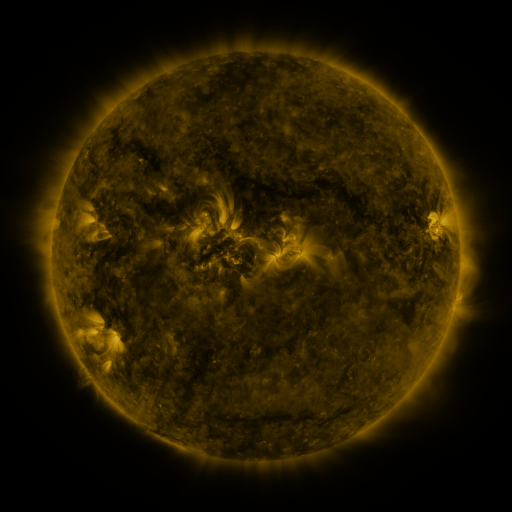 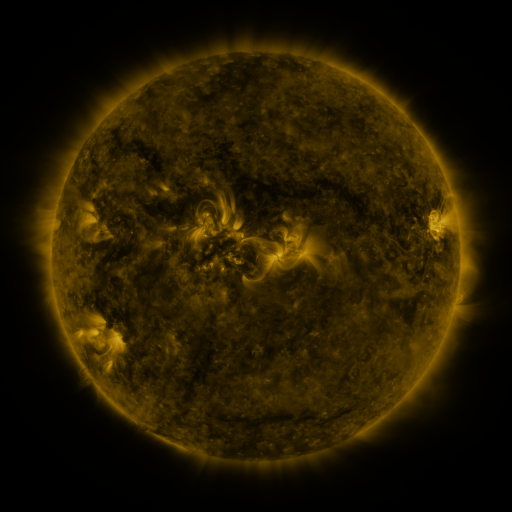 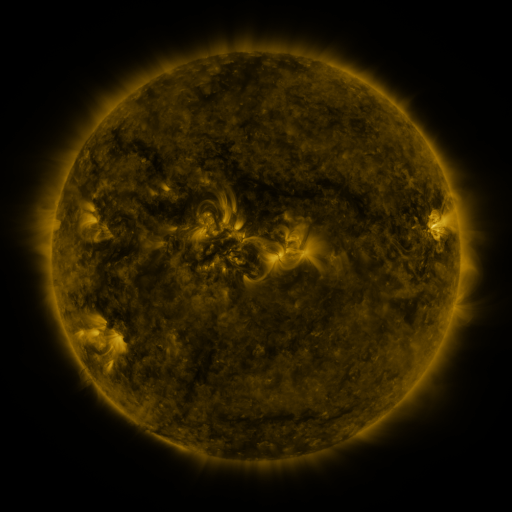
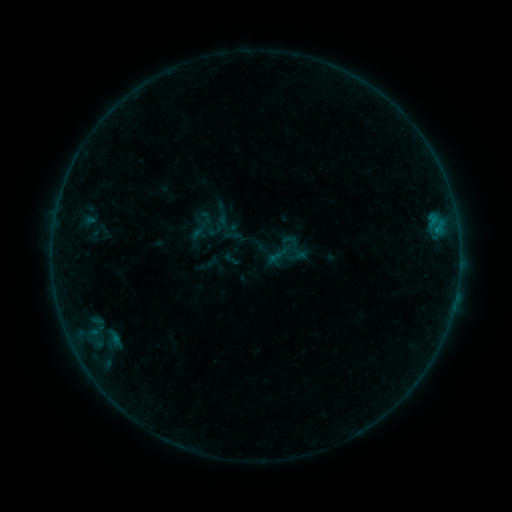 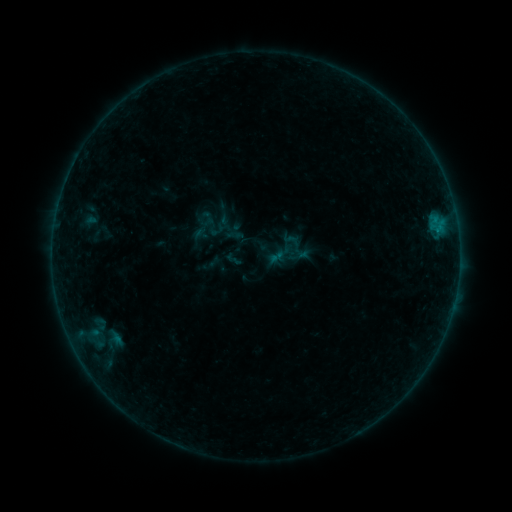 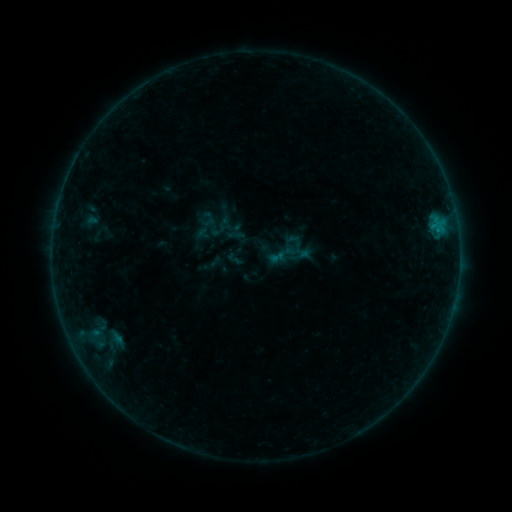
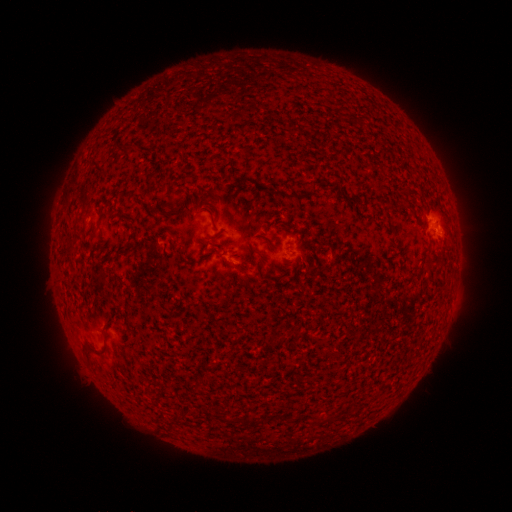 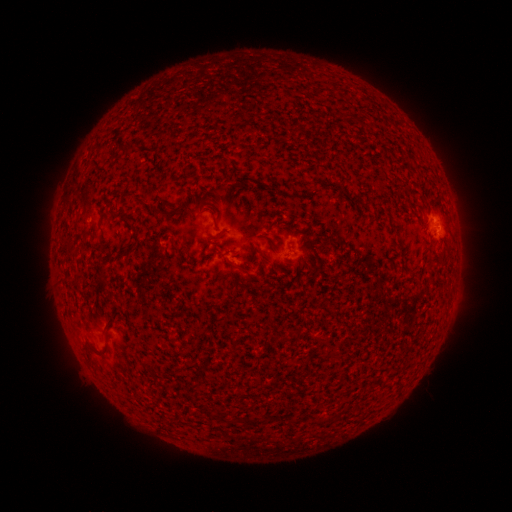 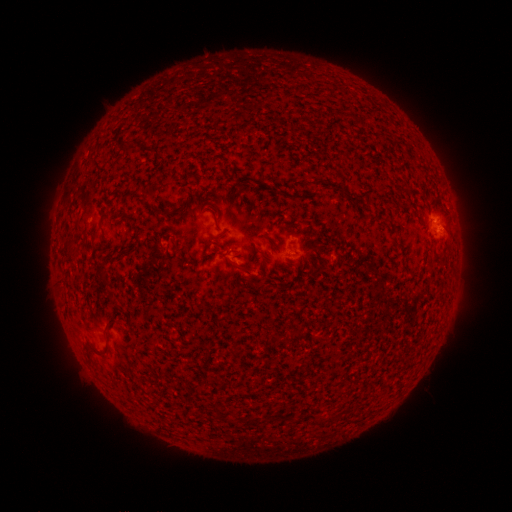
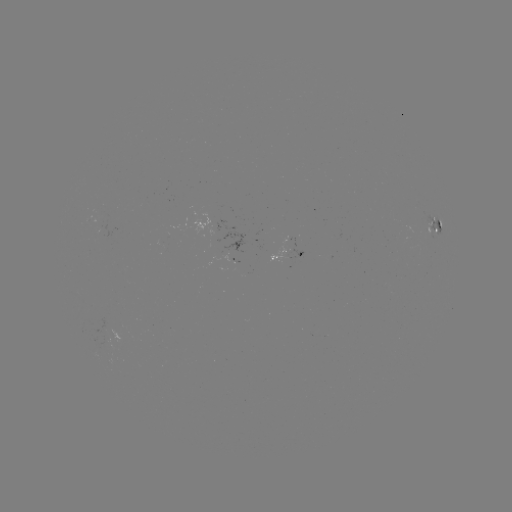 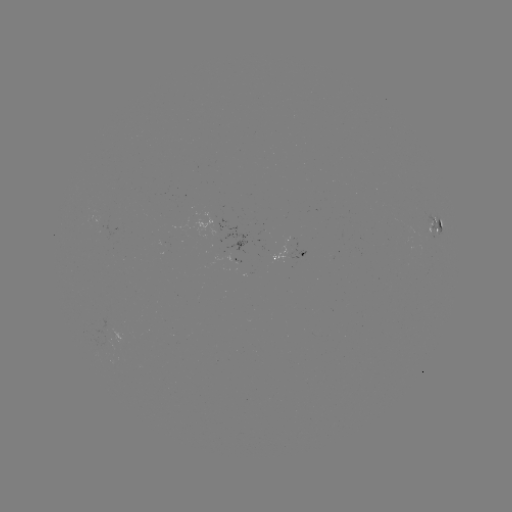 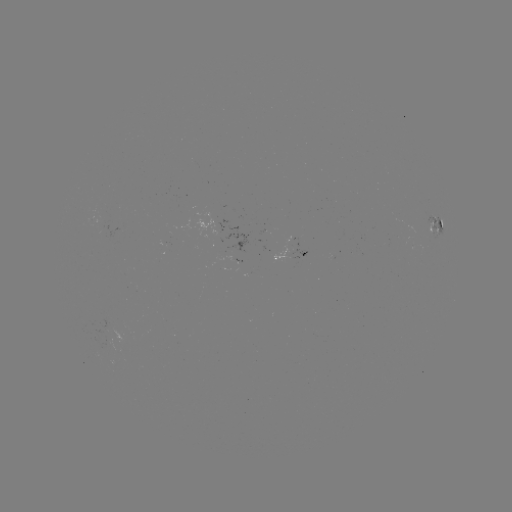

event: emerging-flux region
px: (103, 331)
